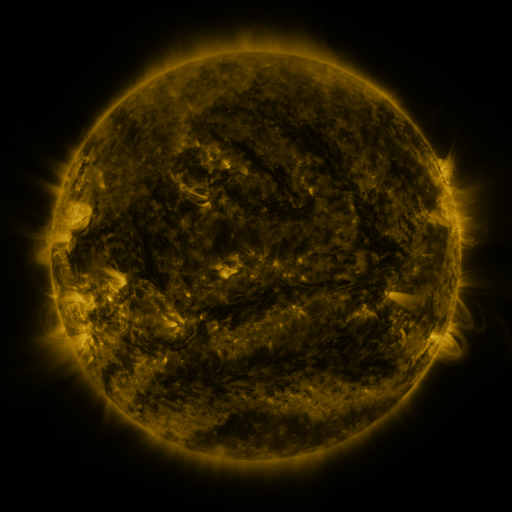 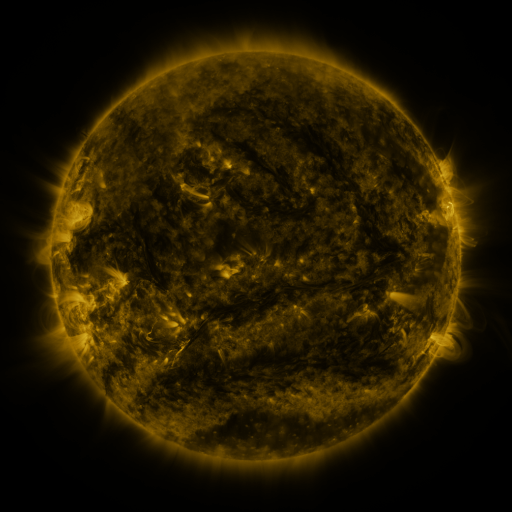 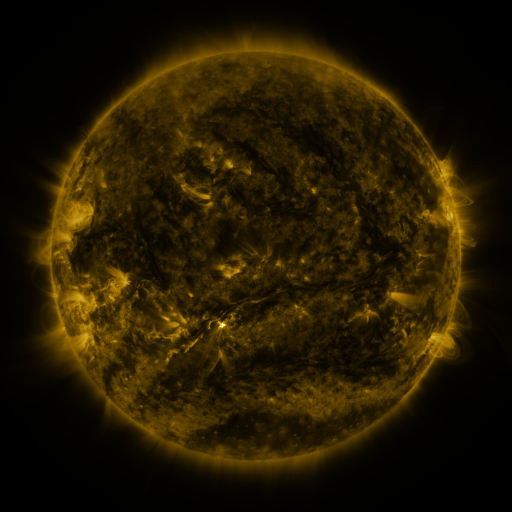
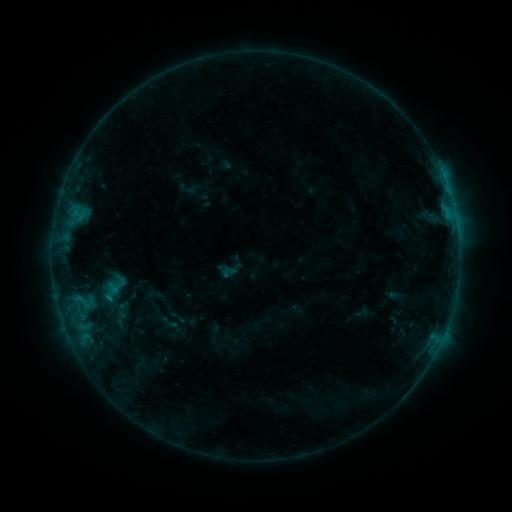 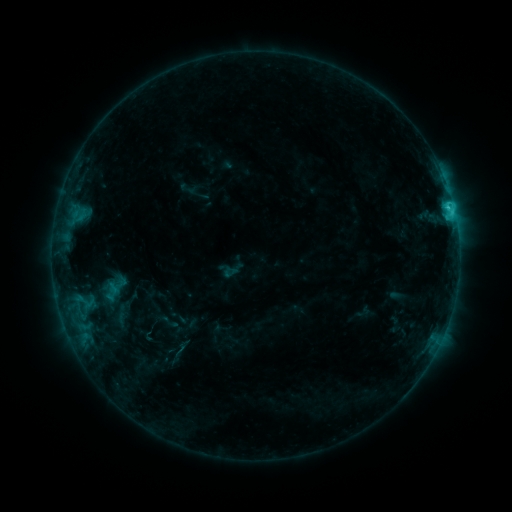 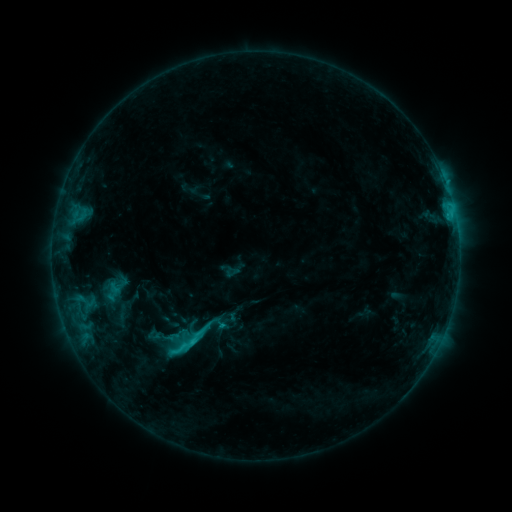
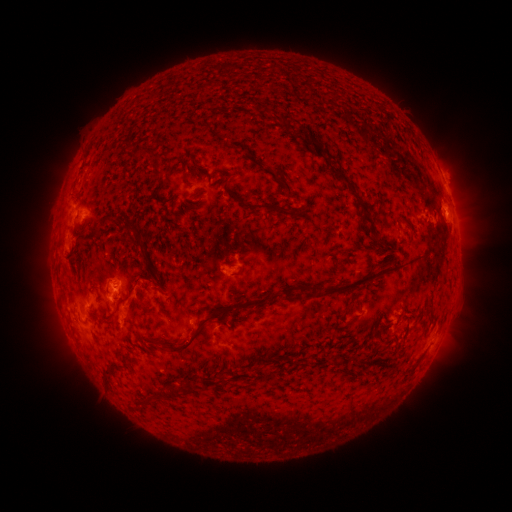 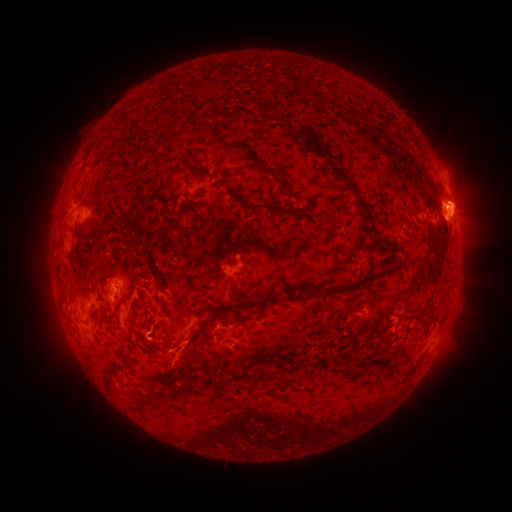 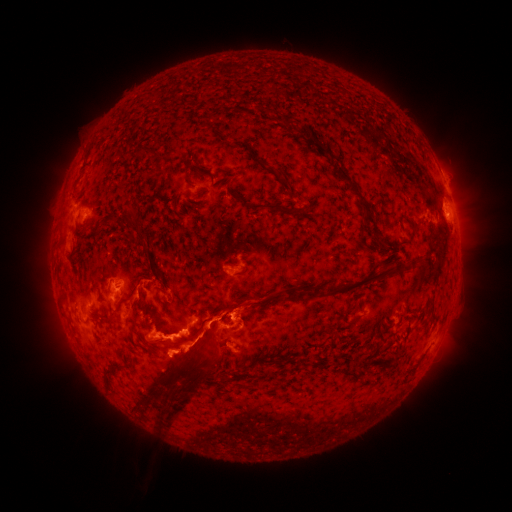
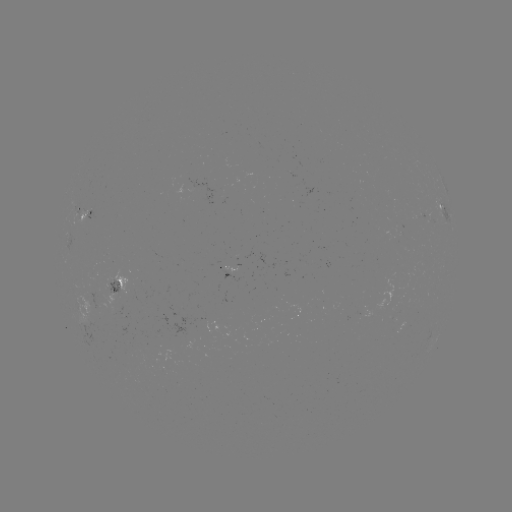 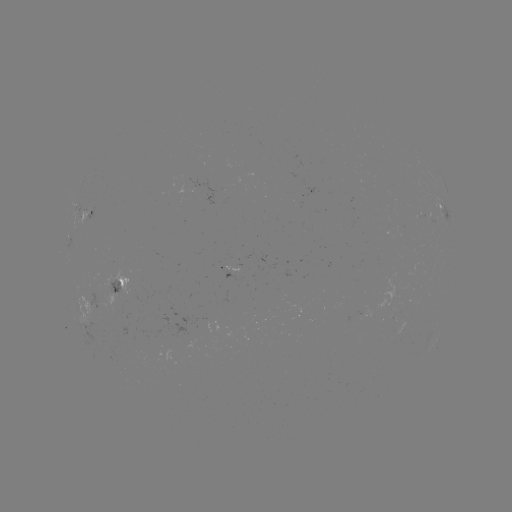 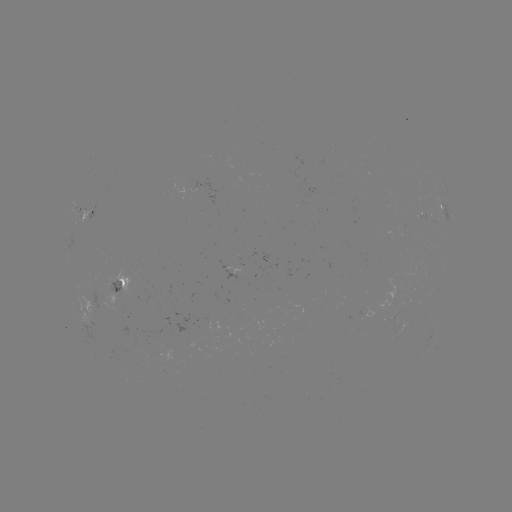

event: eruption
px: (184, 359)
